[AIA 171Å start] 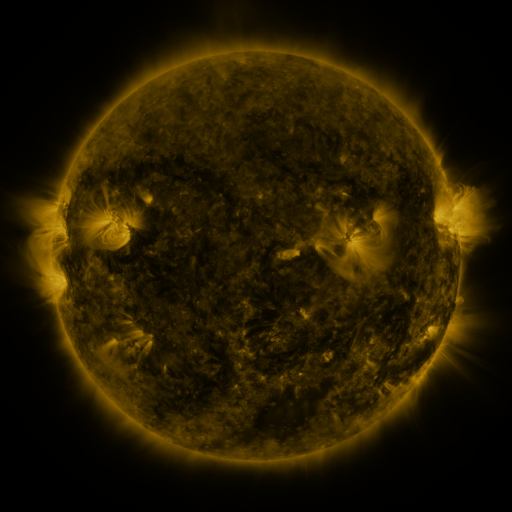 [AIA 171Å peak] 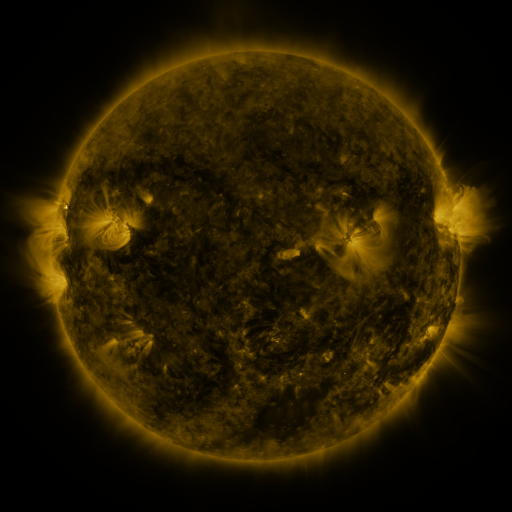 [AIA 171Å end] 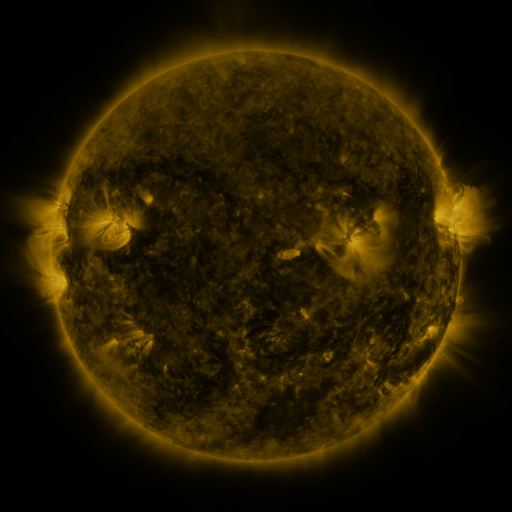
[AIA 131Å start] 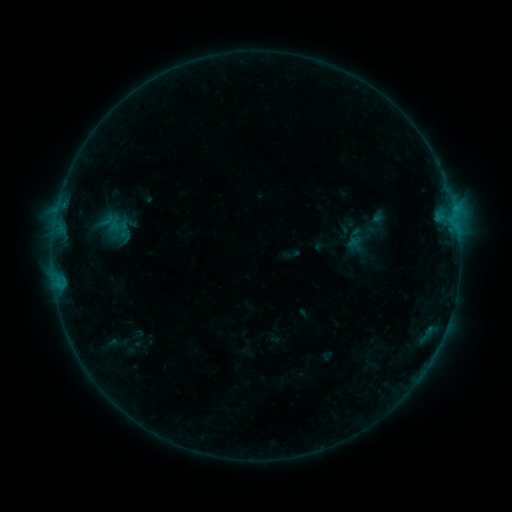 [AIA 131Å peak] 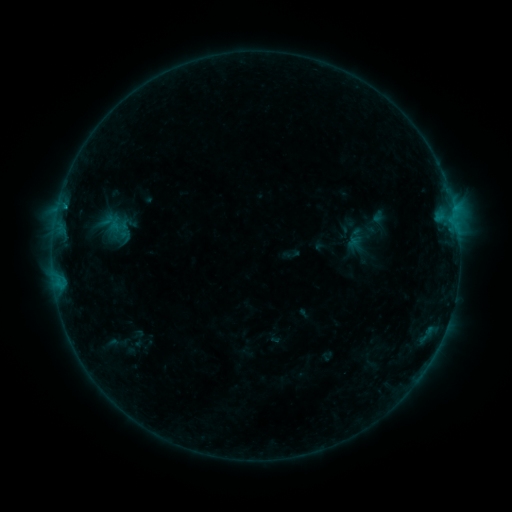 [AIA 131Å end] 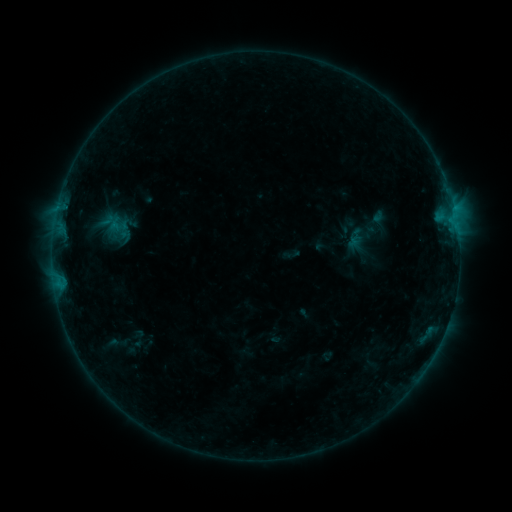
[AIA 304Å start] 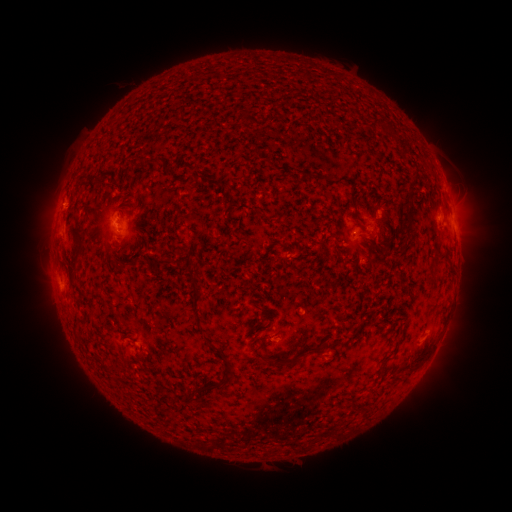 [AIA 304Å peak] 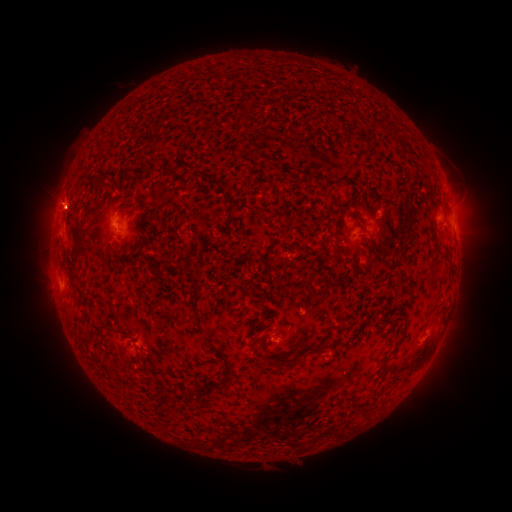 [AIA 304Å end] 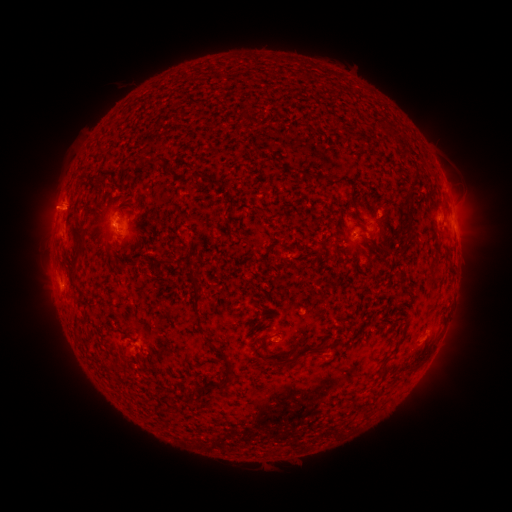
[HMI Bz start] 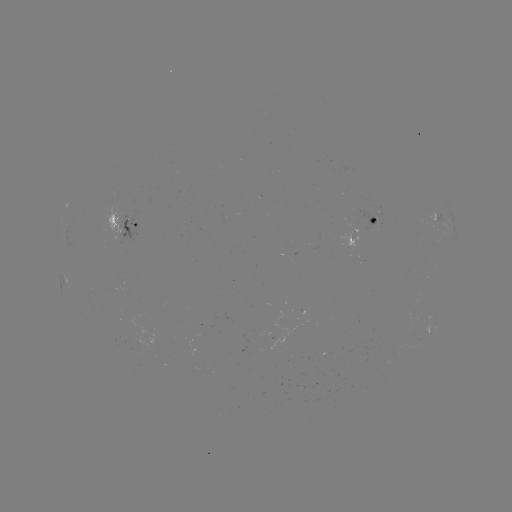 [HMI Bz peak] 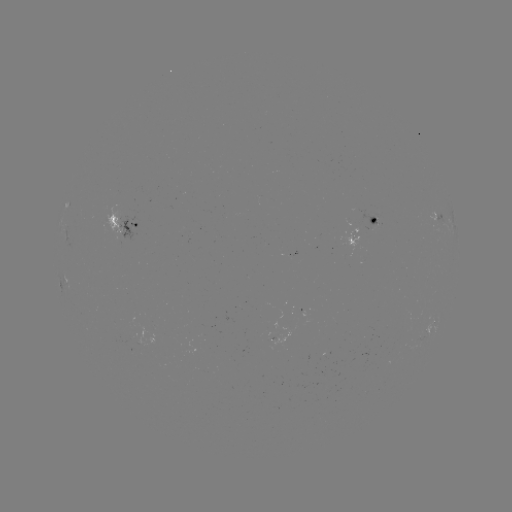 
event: eruption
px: (63, 207)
